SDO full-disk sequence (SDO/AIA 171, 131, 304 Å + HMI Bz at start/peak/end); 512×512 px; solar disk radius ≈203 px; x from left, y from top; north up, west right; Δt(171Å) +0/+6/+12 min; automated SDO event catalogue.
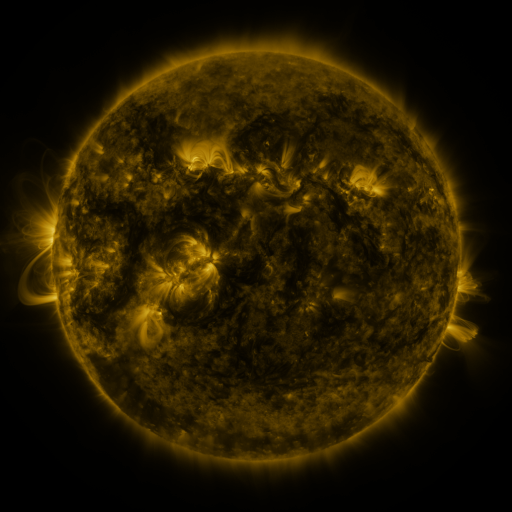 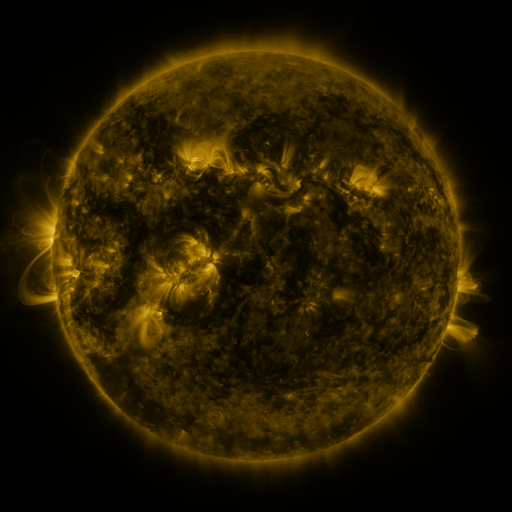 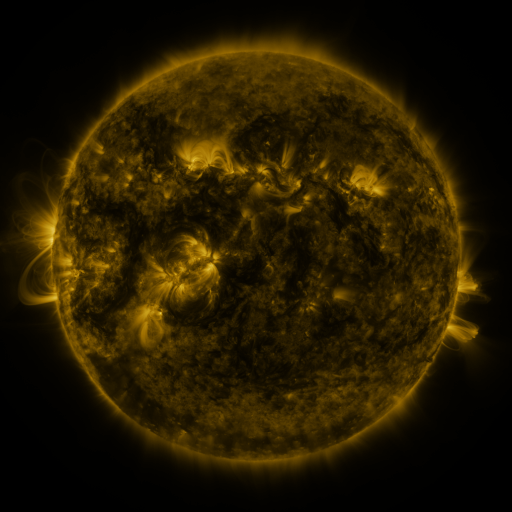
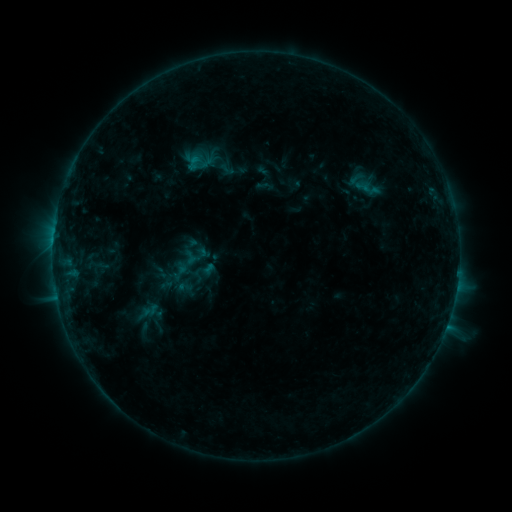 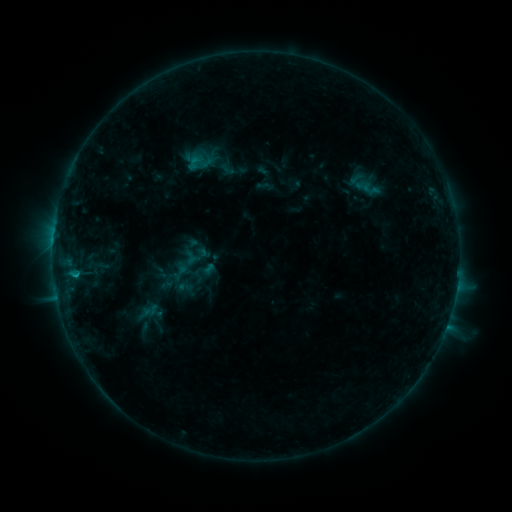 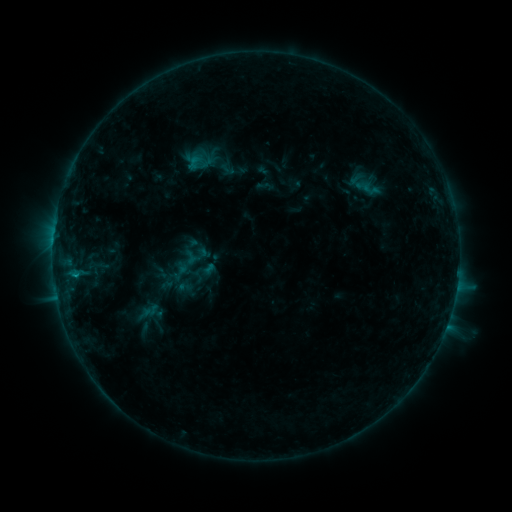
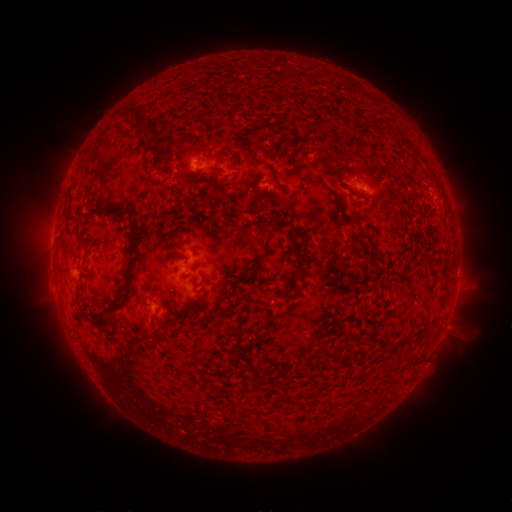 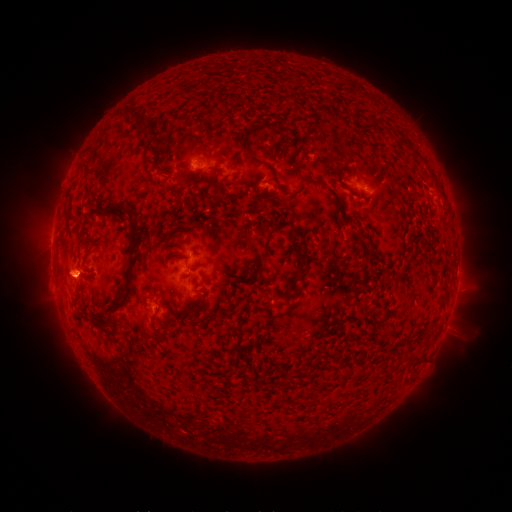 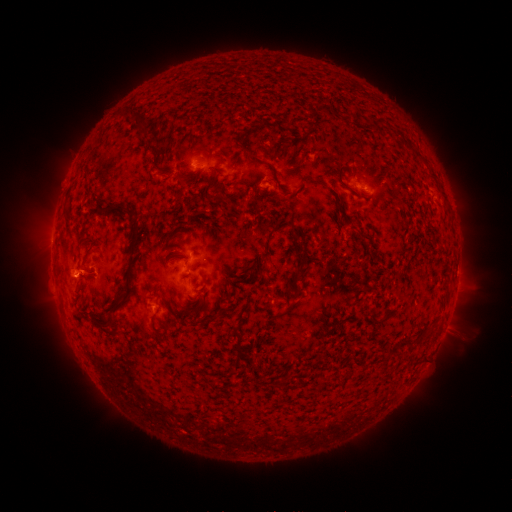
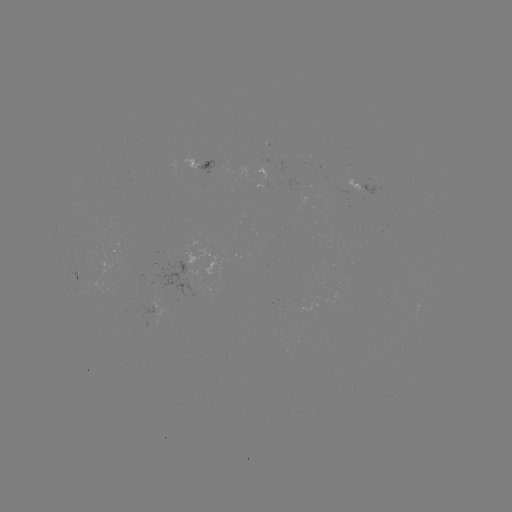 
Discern eruption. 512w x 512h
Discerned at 71,278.